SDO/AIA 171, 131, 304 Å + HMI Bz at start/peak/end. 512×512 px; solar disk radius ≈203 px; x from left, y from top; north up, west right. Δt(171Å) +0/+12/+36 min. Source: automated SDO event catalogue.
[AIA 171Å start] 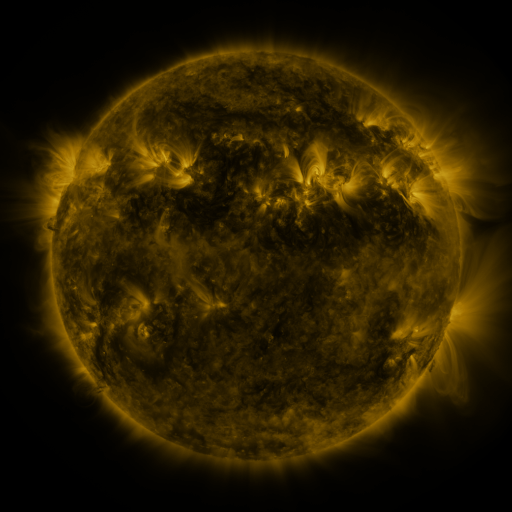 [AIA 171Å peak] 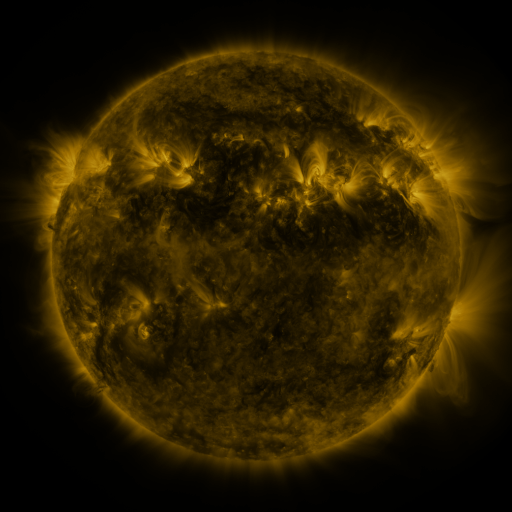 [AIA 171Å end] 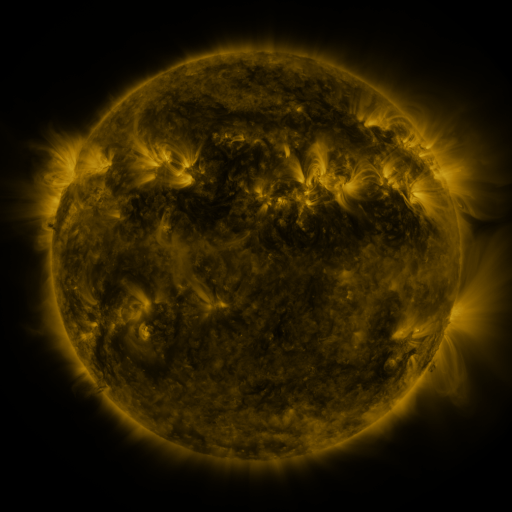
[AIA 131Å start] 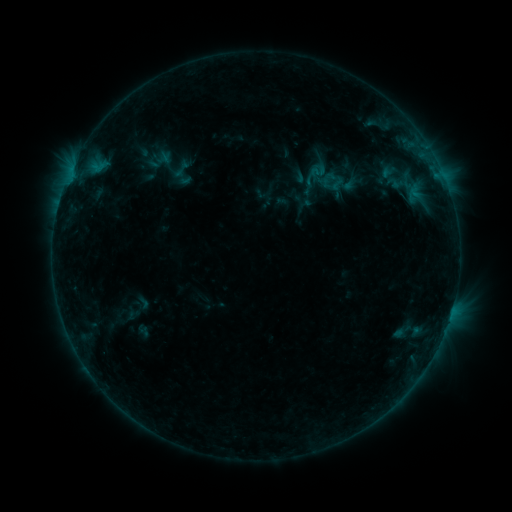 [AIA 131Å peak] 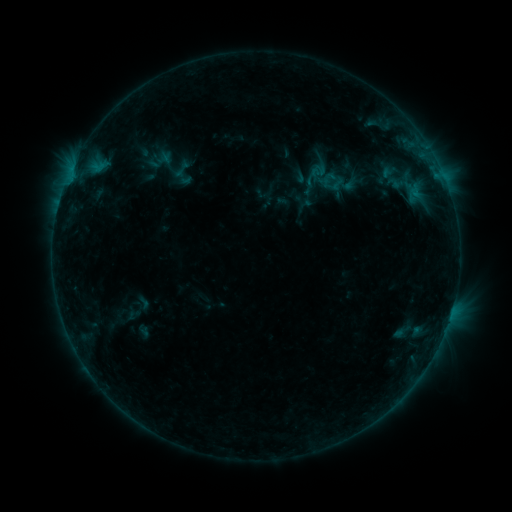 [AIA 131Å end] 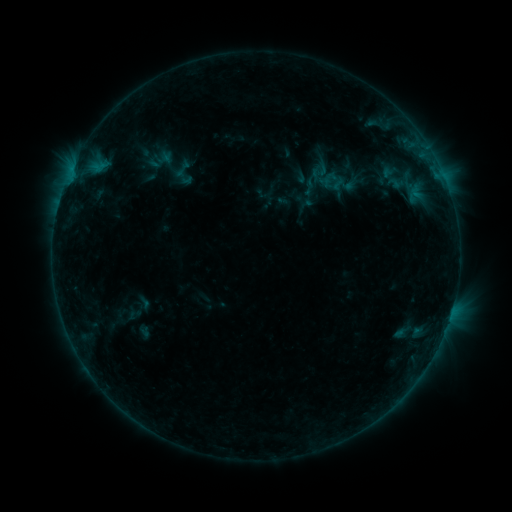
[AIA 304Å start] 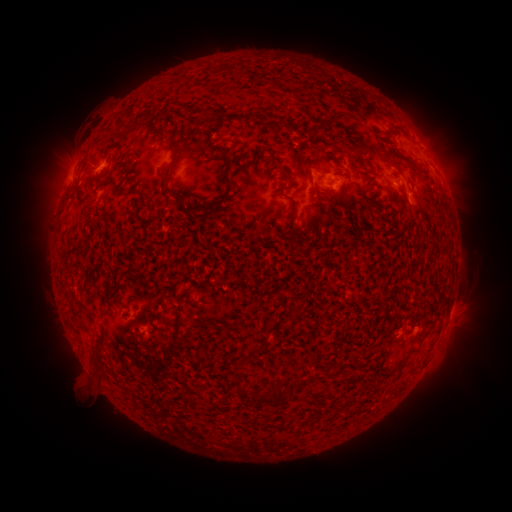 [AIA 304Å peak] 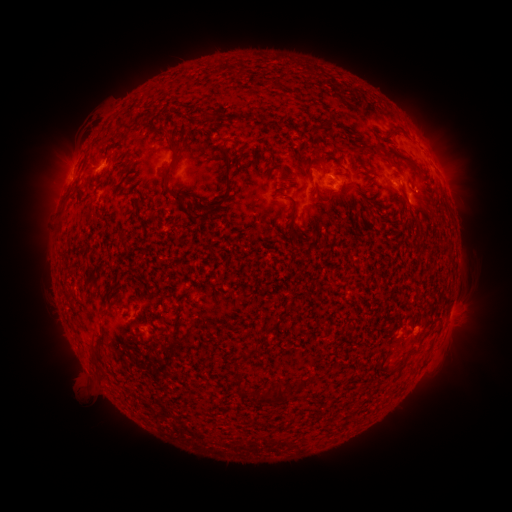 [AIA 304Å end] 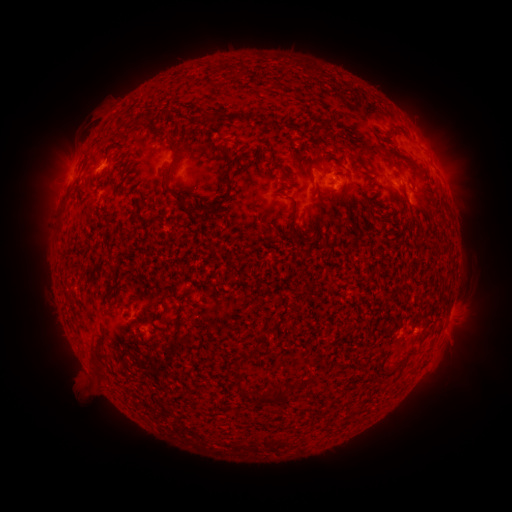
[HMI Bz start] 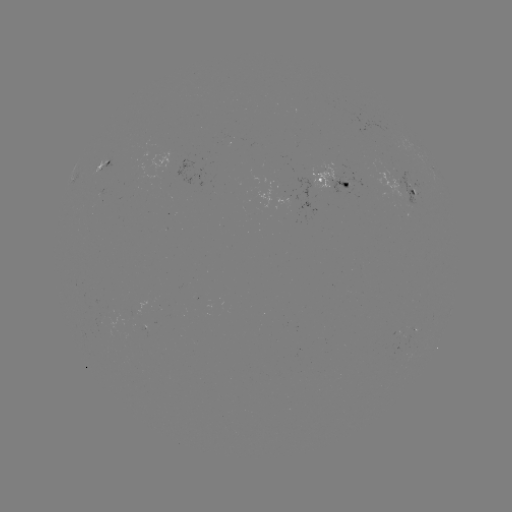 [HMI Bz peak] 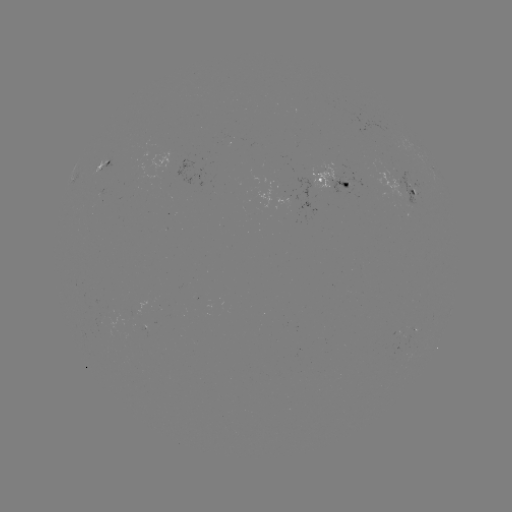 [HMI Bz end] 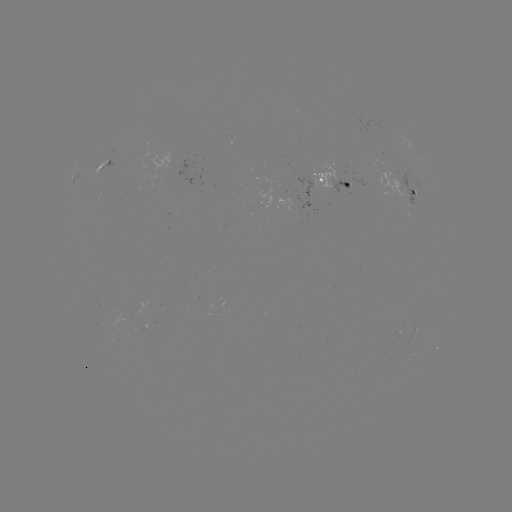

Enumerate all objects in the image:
emerging-flux region: (310, 183)
